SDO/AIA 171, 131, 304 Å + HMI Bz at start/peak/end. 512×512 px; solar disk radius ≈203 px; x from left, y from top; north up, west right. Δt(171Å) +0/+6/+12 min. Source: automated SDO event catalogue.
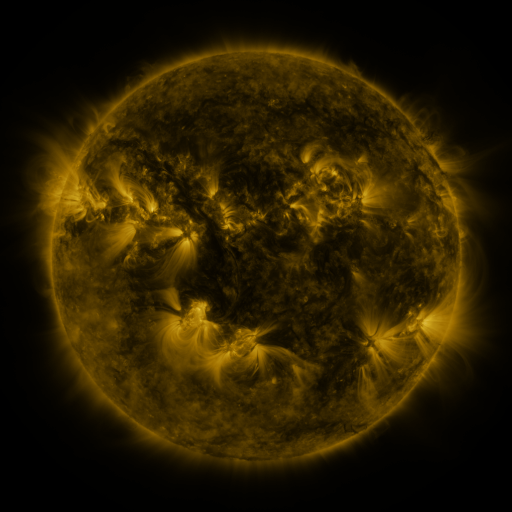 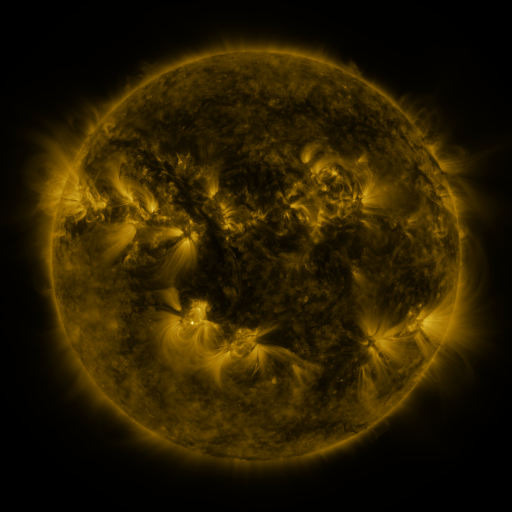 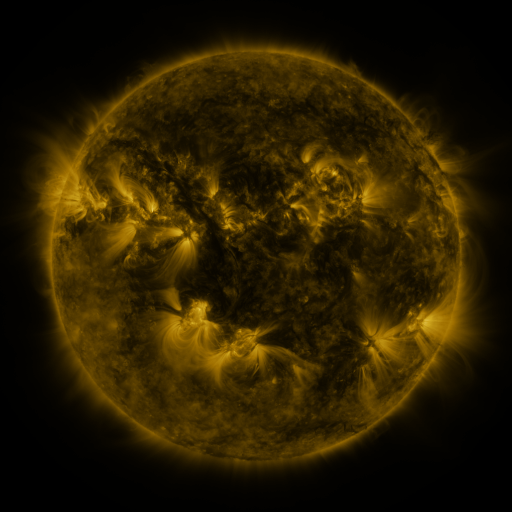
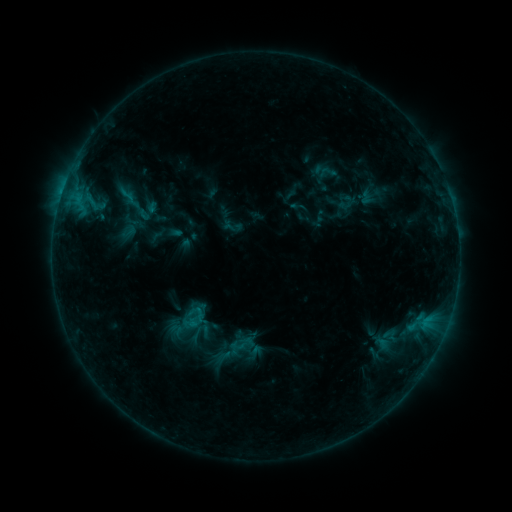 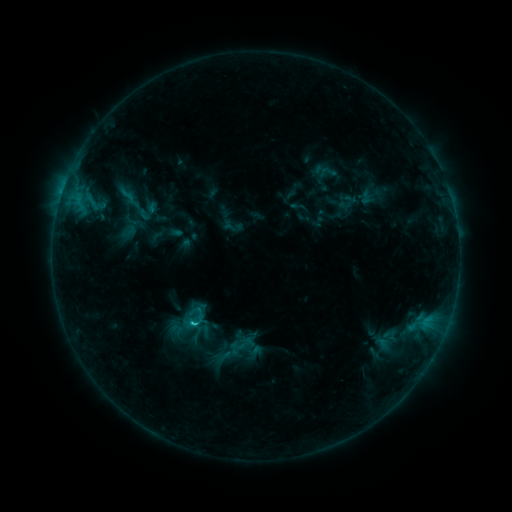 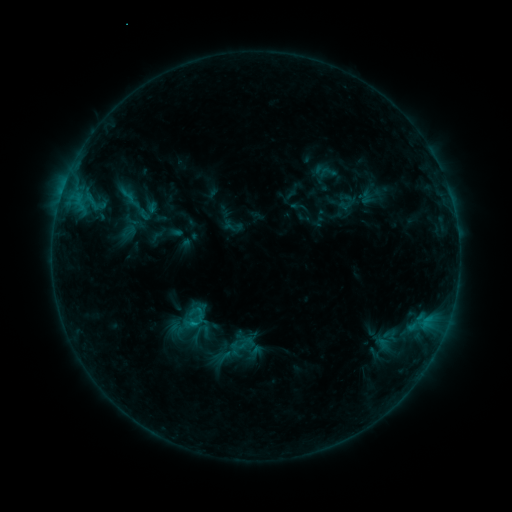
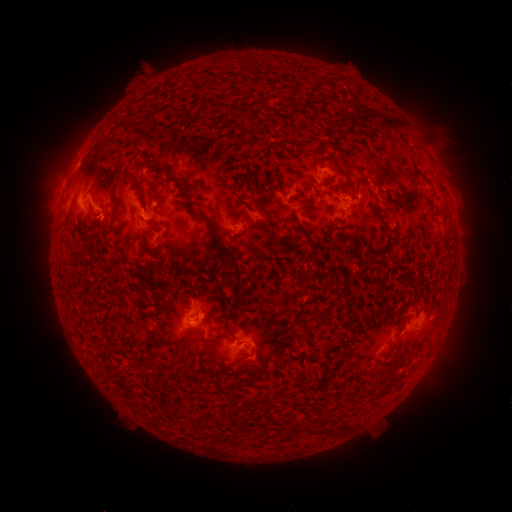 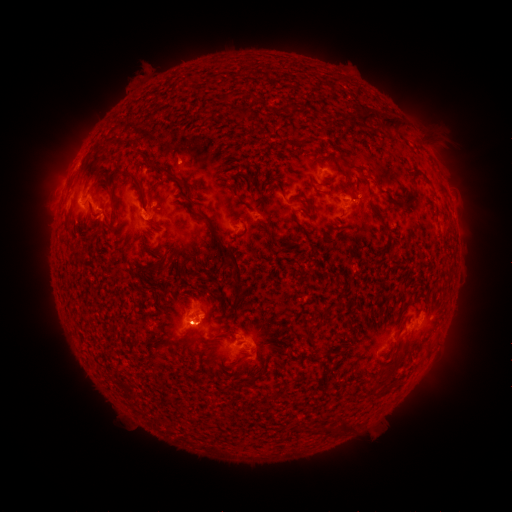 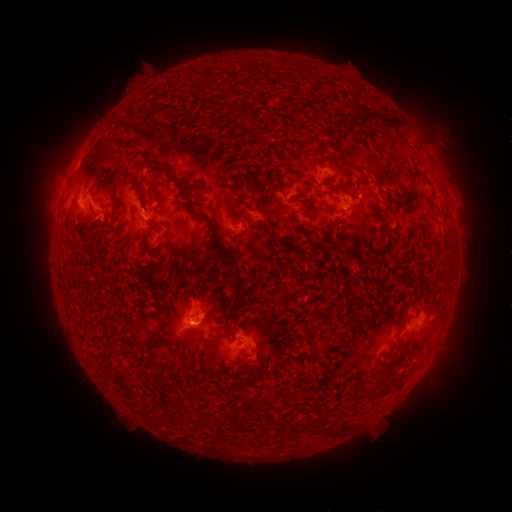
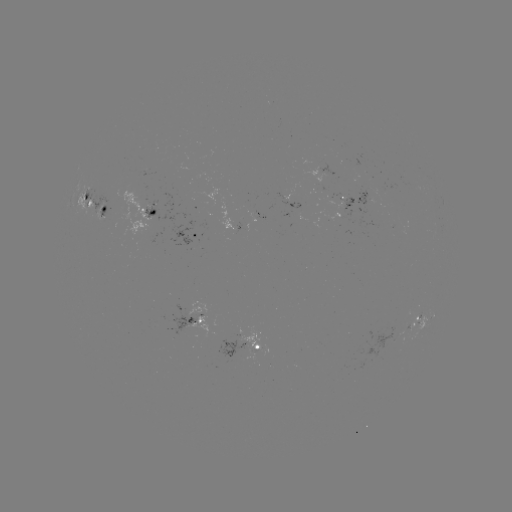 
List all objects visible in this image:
C1.2 flare: (195, 322)
